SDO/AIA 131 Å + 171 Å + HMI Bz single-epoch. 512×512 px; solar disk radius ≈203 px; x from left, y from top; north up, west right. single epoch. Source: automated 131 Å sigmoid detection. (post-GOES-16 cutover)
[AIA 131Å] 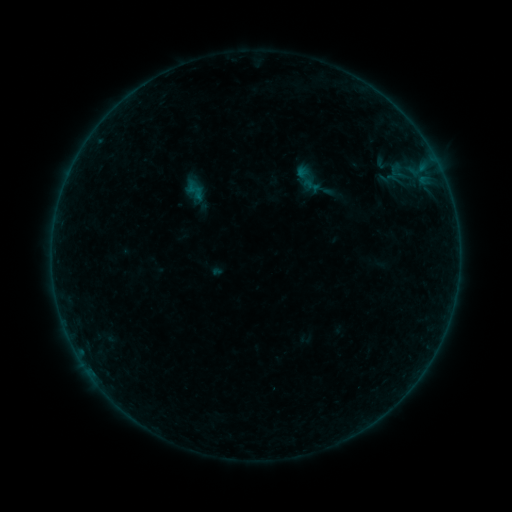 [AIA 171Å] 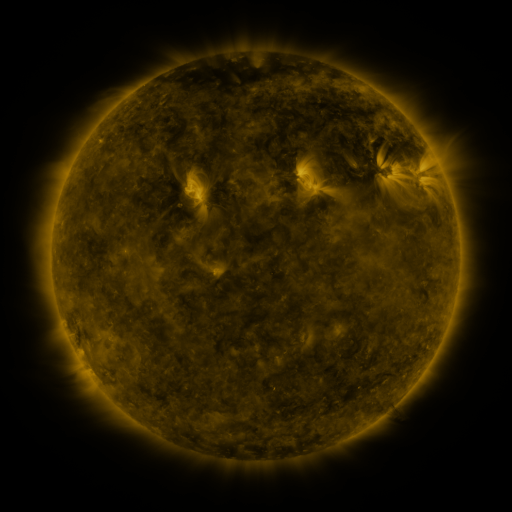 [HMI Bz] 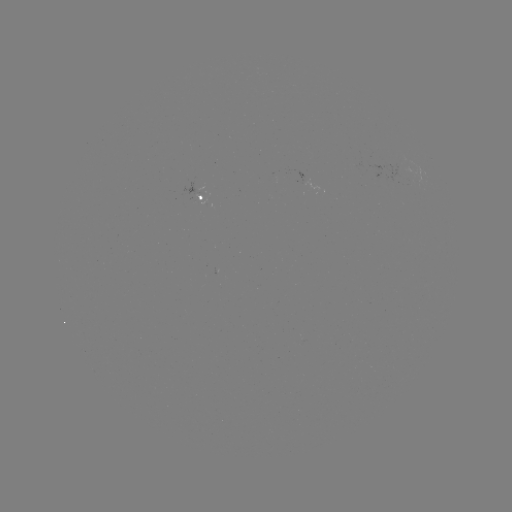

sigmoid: <bbox>284, 158, 348, 207</bbox>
